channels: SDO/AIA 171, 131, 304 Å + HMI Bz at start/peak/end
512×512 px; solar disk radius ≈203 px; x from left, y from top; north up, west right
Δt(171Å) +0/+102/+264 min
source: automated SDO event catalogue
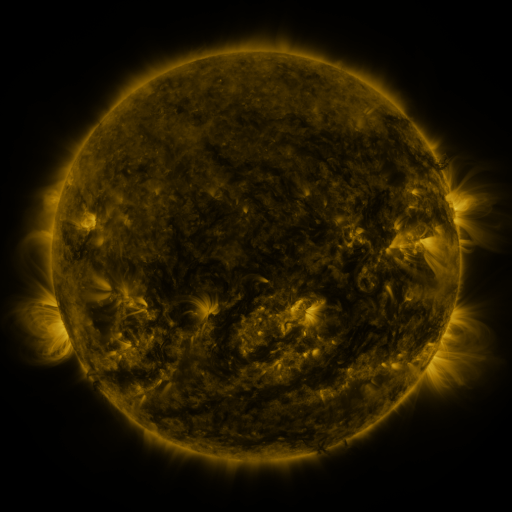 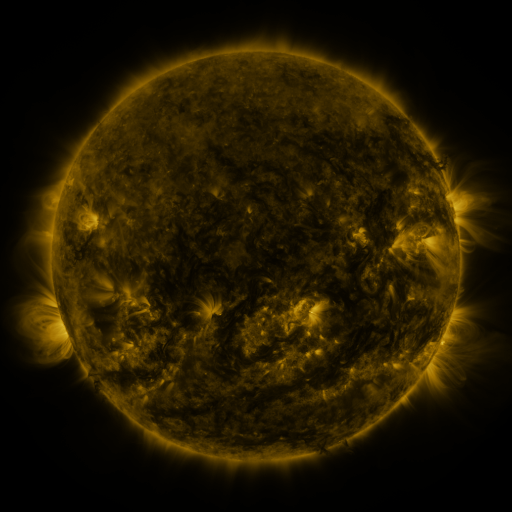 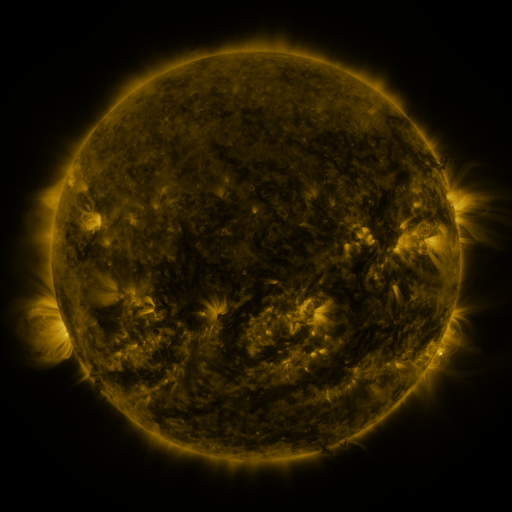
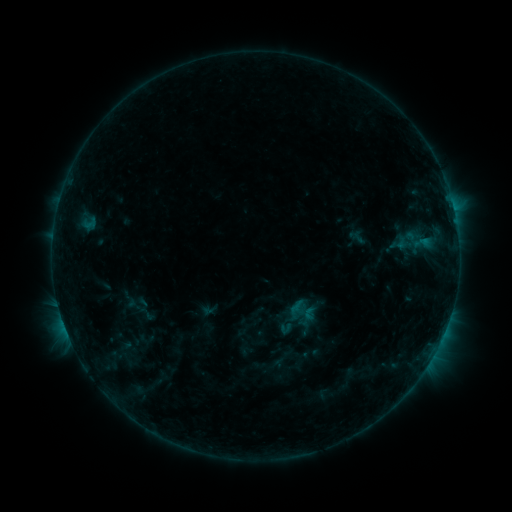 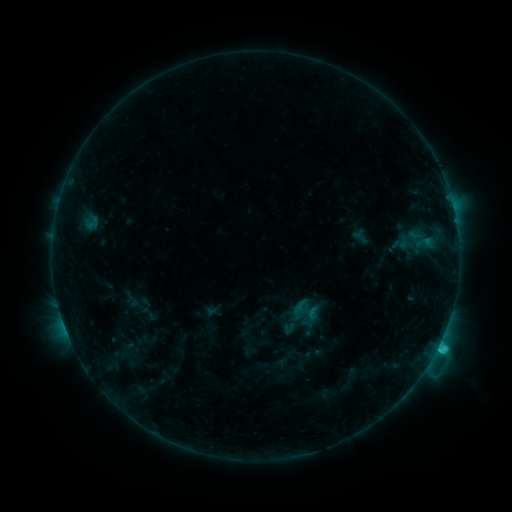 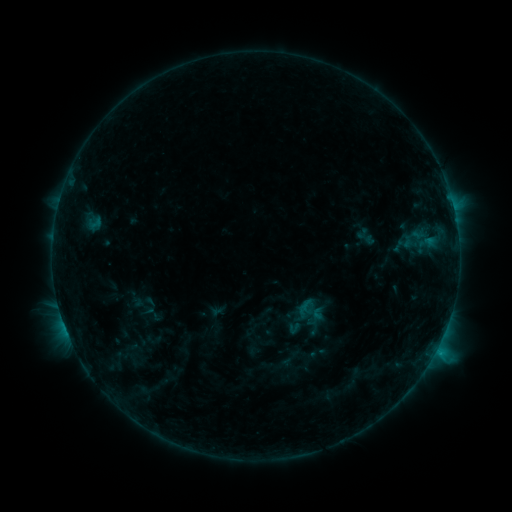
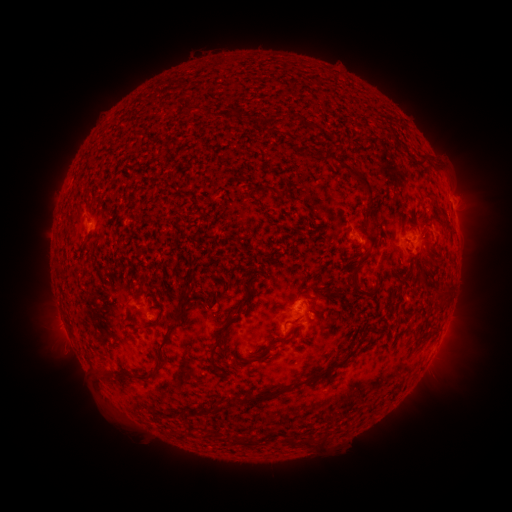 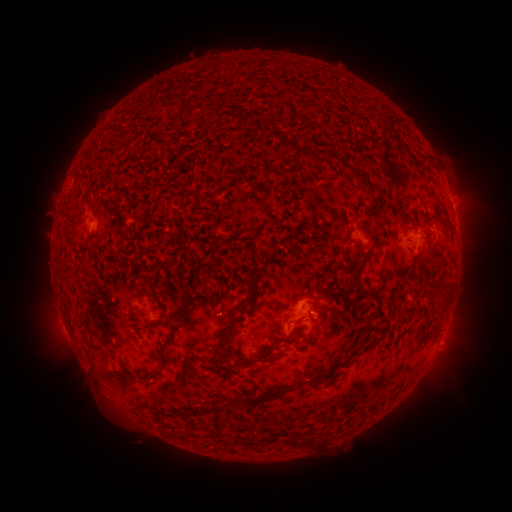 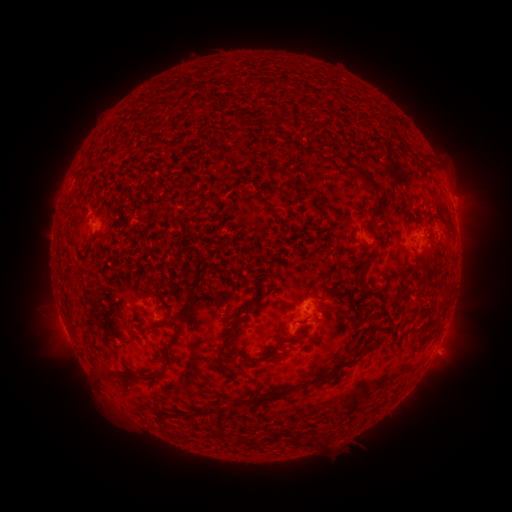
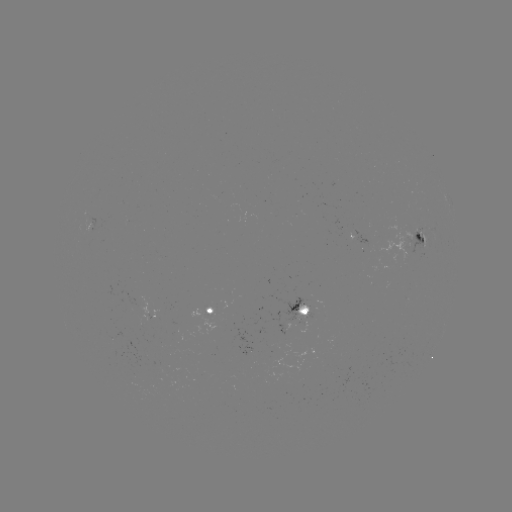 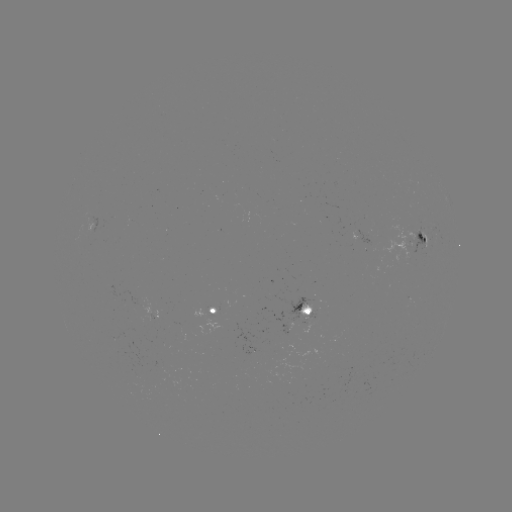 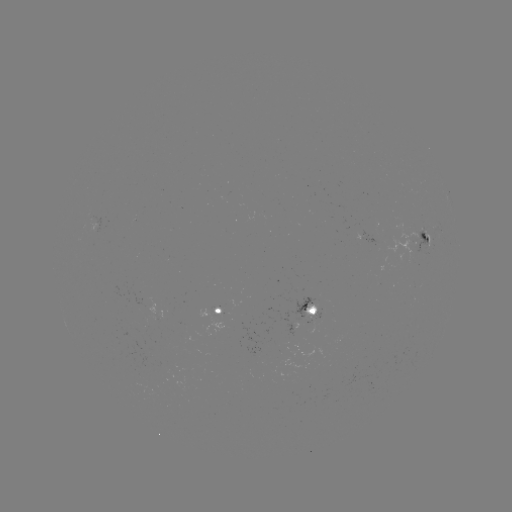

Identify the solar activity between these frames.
C1.7 flare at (438, 345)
